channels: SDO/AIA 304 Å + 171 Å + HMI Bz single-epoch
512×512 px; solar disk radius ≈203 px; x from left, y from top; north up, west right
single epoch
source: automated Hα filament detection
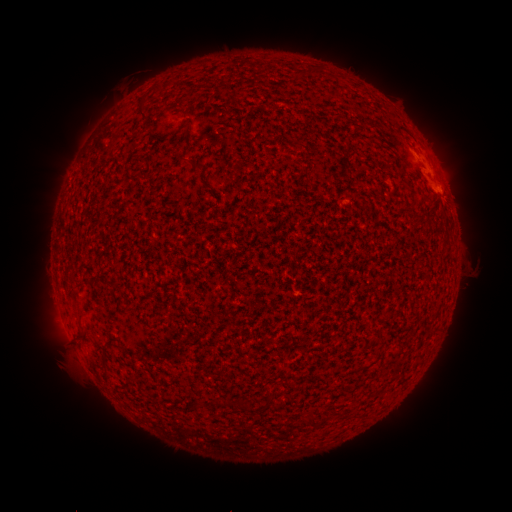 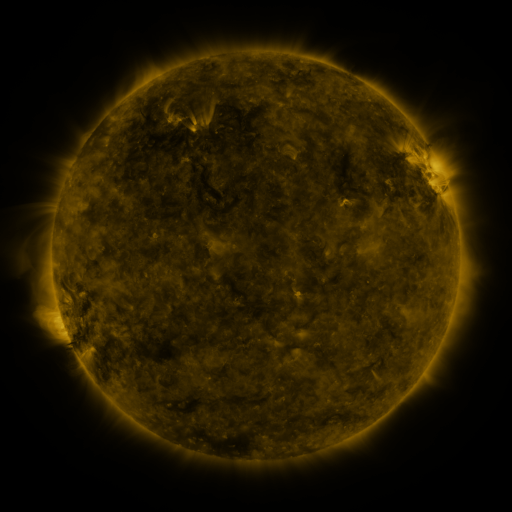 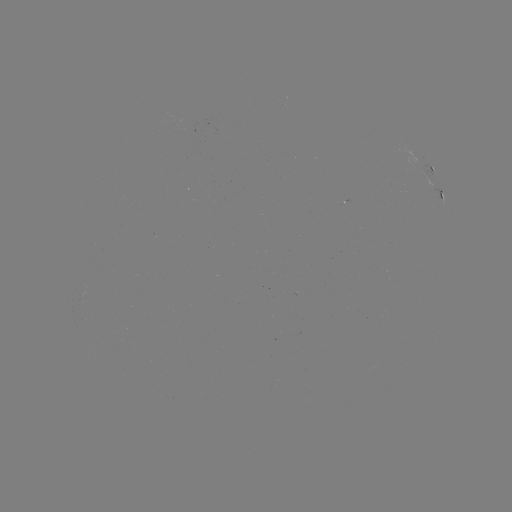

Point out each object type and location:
filament: (295, 67, 314, 77)
filament: (137, 97, 148, 119)
filament: (177, 156, 204, 170)
filament: (77, 311, 85, 321)
filament: (75, 332, 85, 340)
filament: (100, 345, 108, 367)
filament: (309, 416, 317, 427)
